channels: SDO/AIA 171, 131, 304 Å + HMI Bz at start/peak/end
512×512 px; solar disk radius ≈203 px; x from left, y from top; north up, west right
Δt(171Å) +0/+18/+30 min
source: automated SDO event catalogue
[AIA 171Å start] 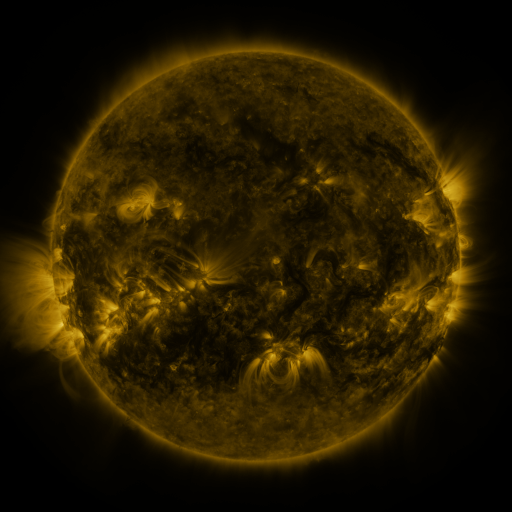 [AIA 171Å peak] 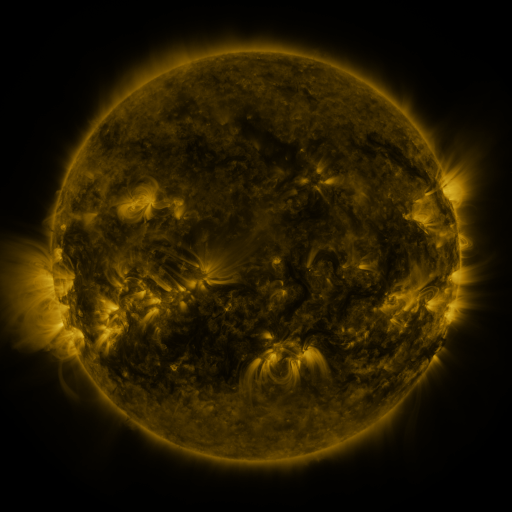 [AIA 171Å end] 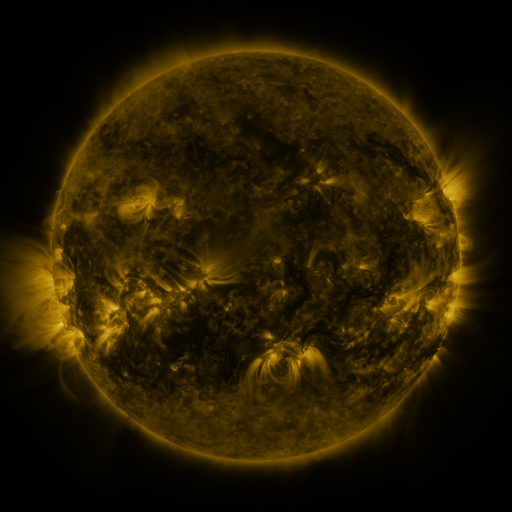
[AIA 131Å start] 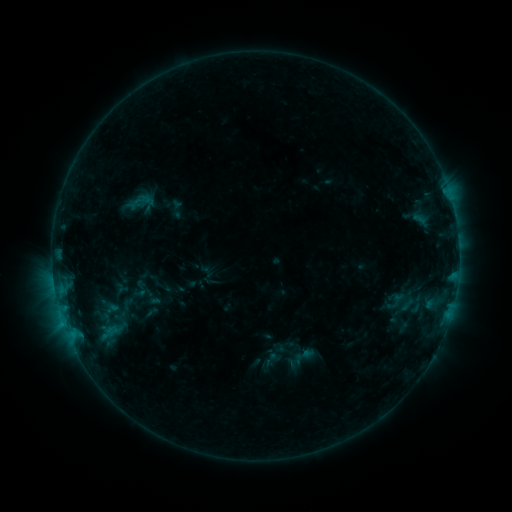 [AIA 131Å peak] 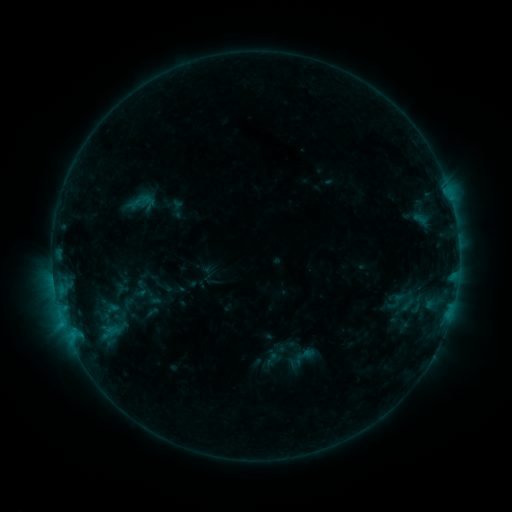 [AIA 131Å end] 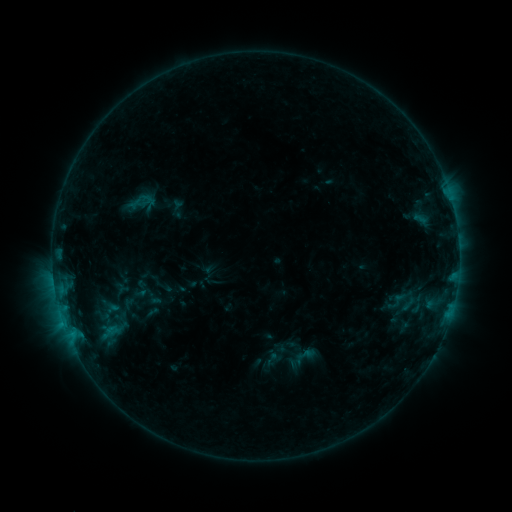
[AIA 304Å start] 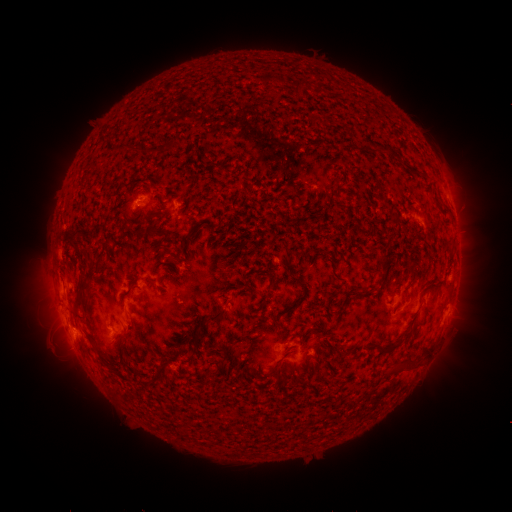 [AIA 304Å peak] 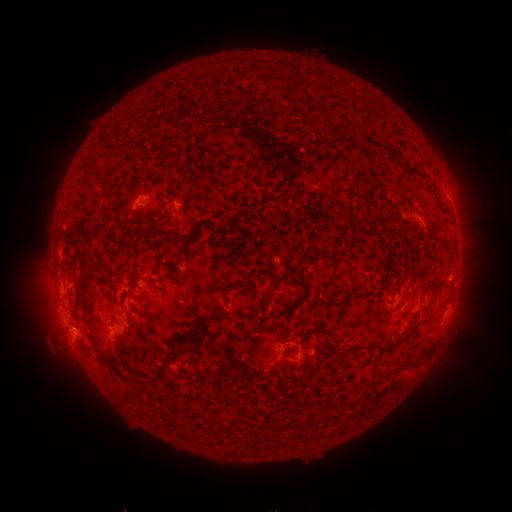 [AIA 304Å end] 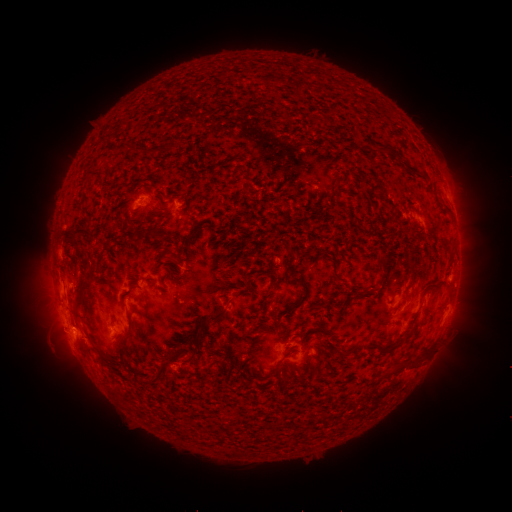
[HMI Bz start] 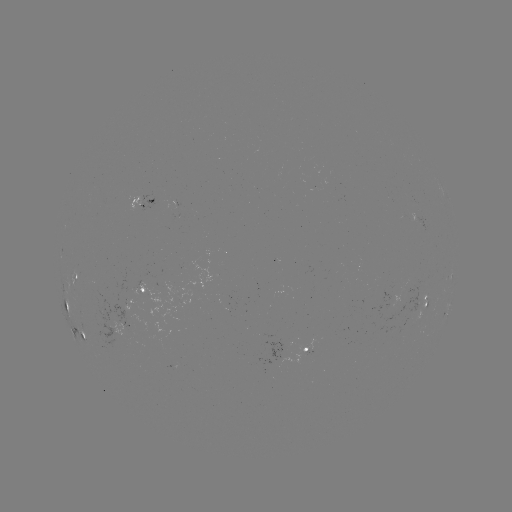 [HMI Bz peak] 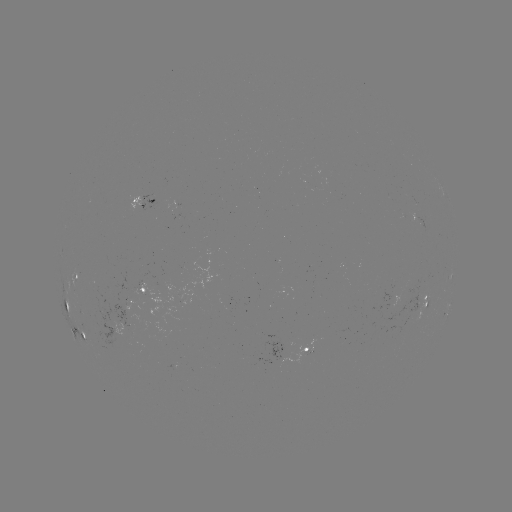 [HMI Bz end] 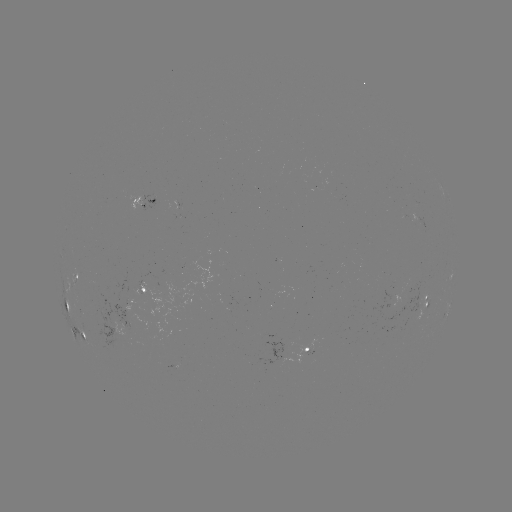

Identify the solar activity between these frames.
nothing was catalogued: no classed flare, no EUV trigger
